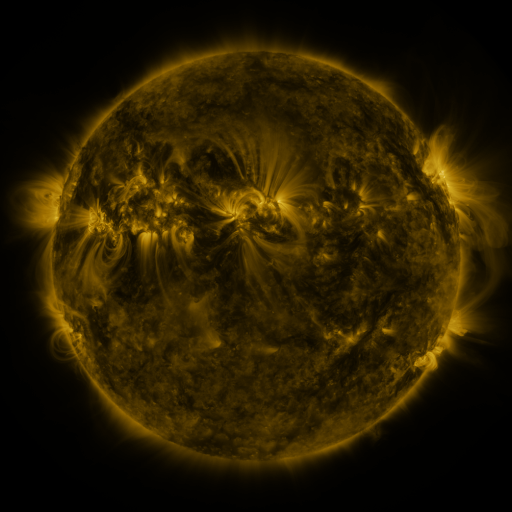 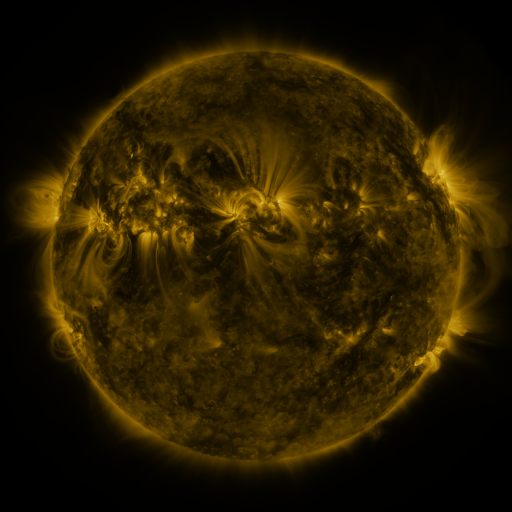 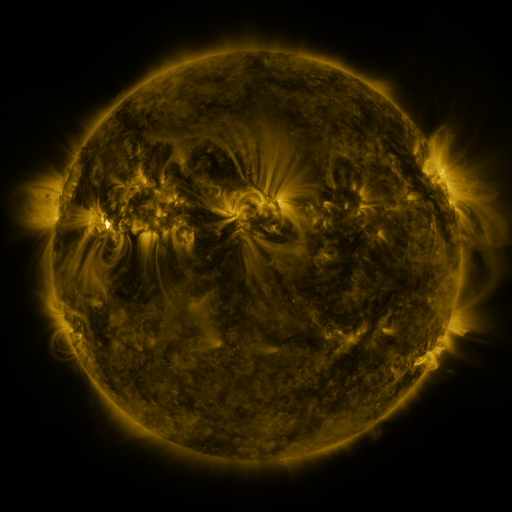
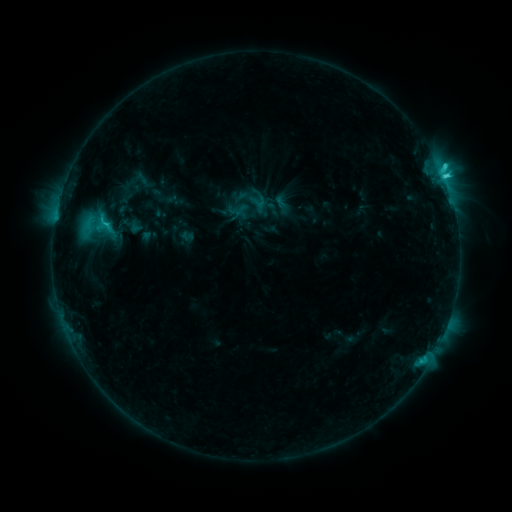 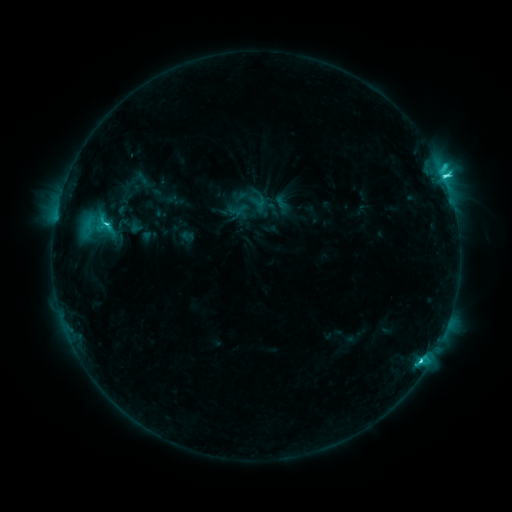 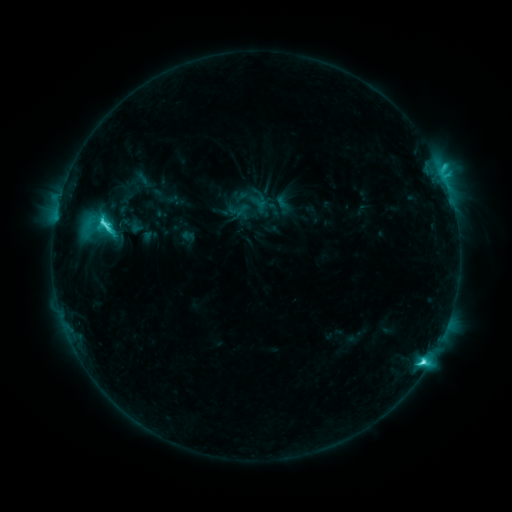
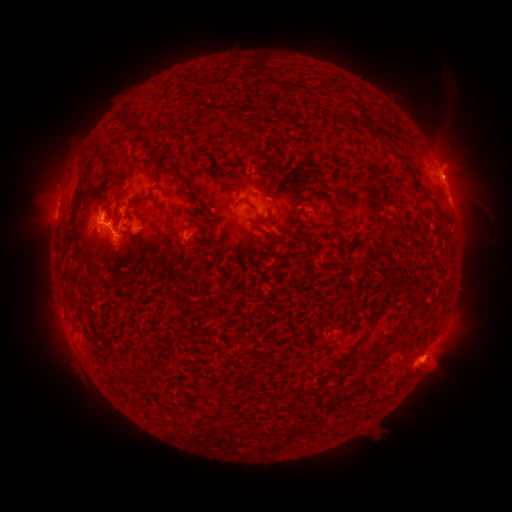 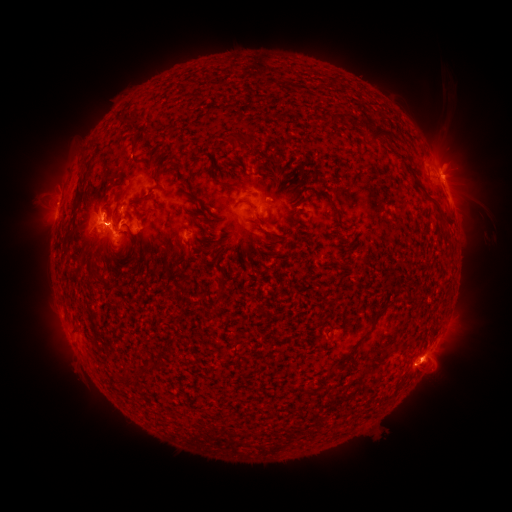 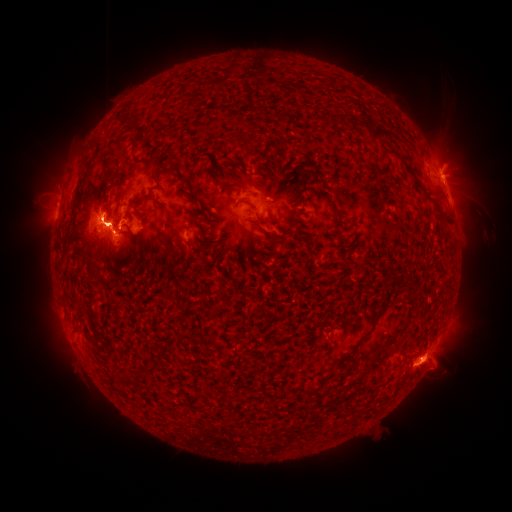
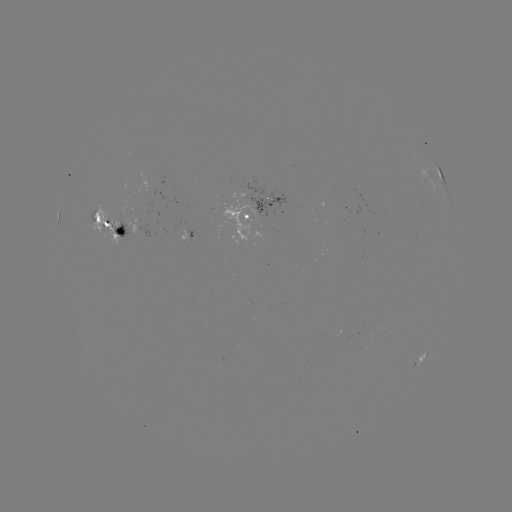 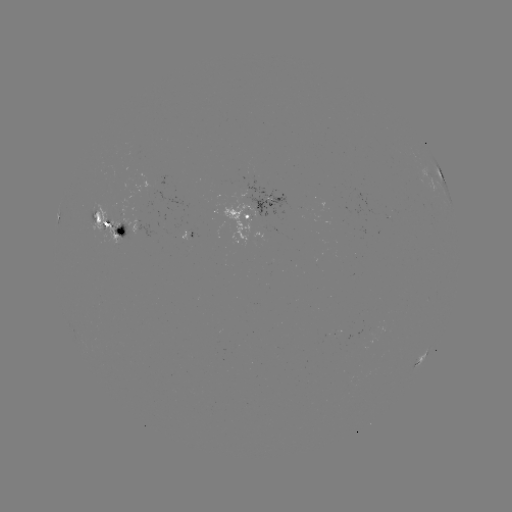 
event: flare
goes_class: M4.4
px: (444, 181)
